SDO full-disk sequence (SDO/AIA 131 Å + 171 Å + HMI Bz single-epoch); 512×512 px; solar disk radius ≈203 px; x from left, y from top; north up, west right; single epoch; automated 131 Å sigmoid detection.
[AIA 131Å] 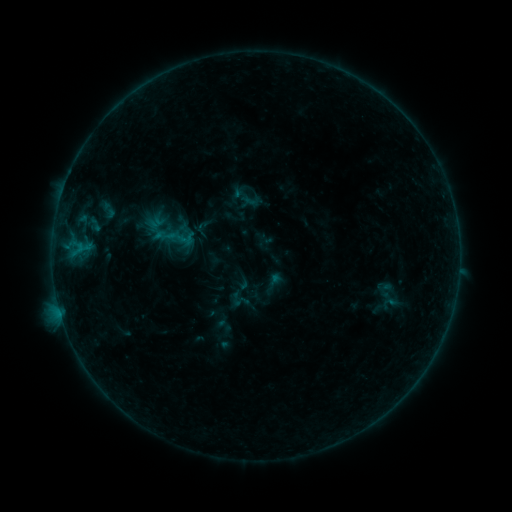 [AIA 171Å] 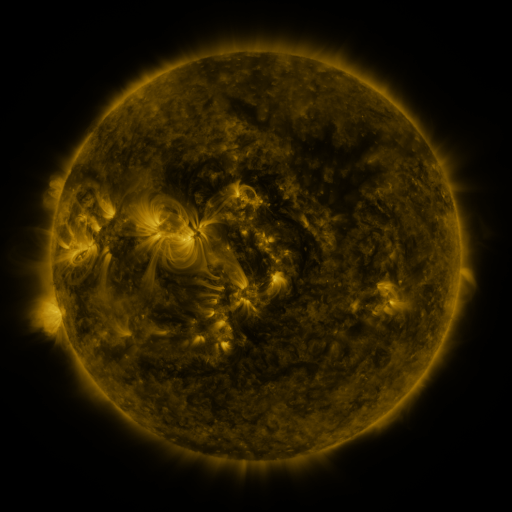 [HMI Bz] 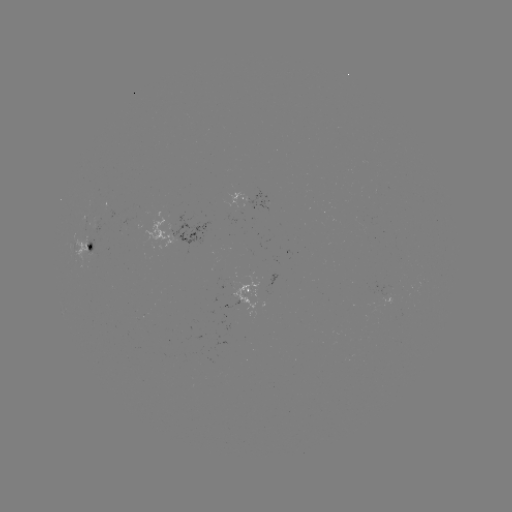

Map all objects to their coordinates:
sigmoid: (390, 303)
